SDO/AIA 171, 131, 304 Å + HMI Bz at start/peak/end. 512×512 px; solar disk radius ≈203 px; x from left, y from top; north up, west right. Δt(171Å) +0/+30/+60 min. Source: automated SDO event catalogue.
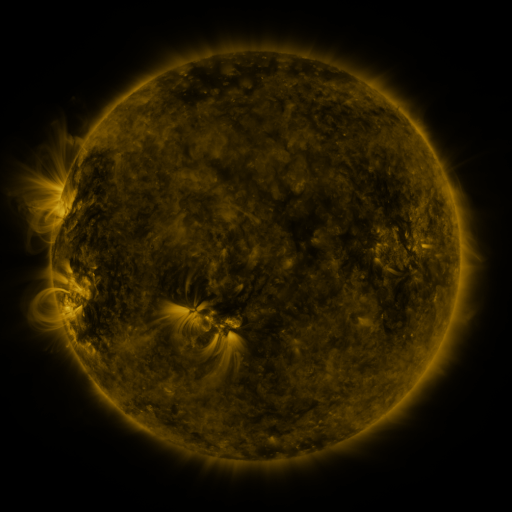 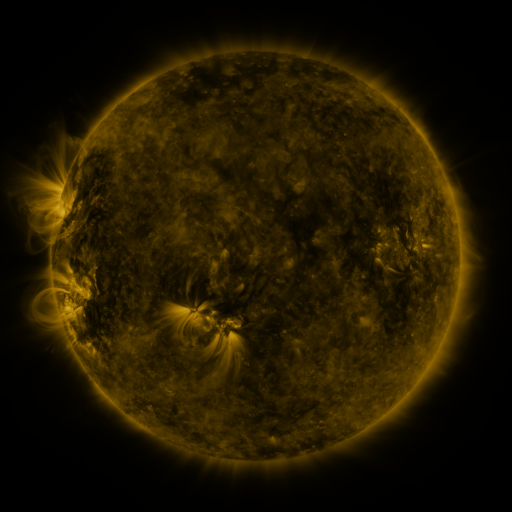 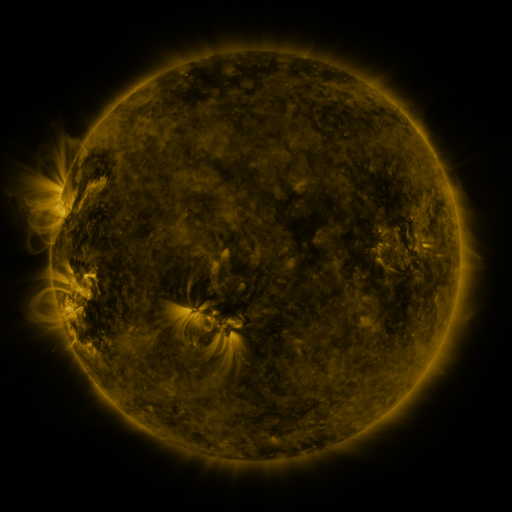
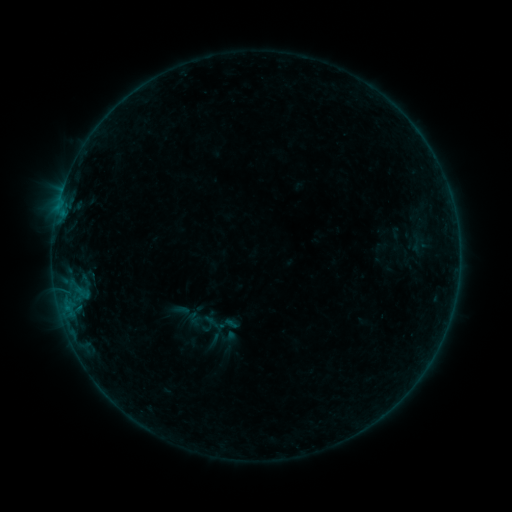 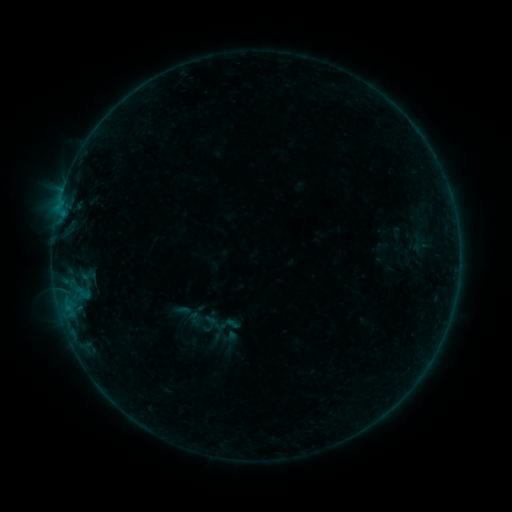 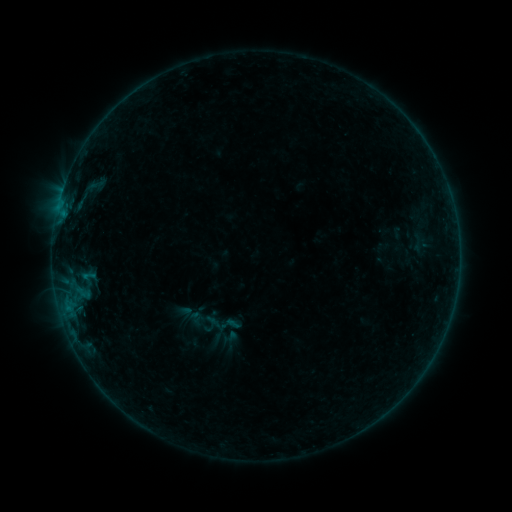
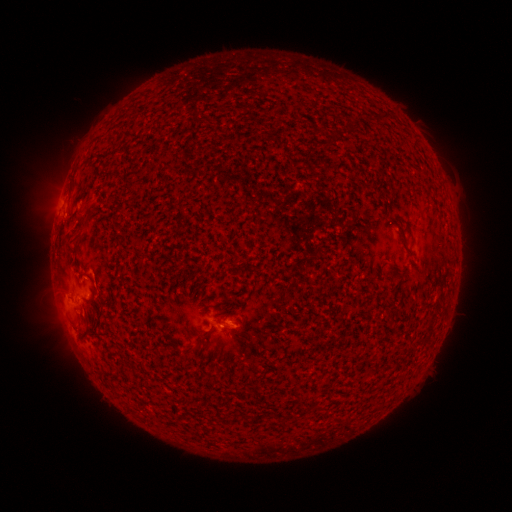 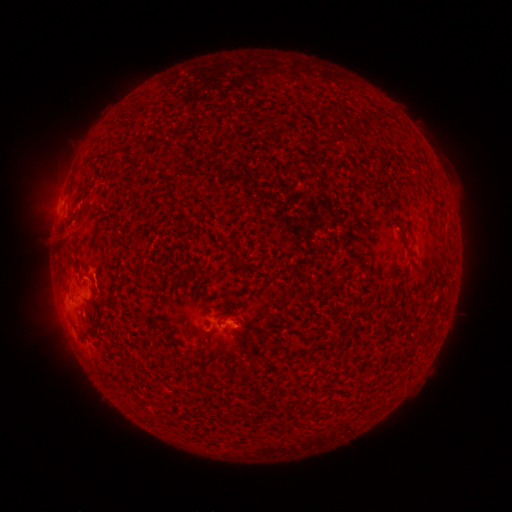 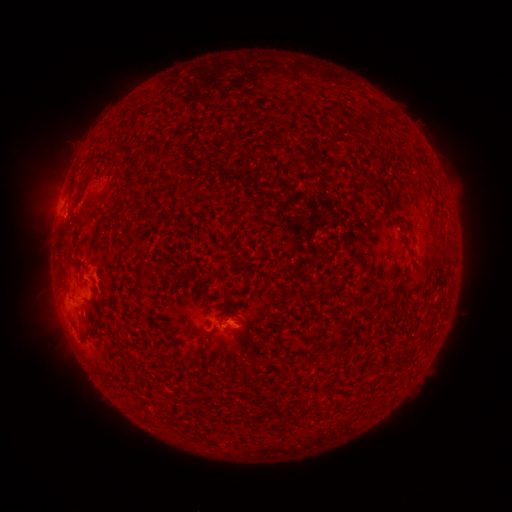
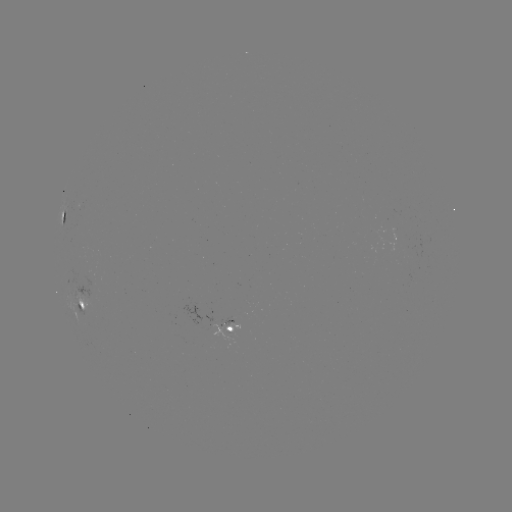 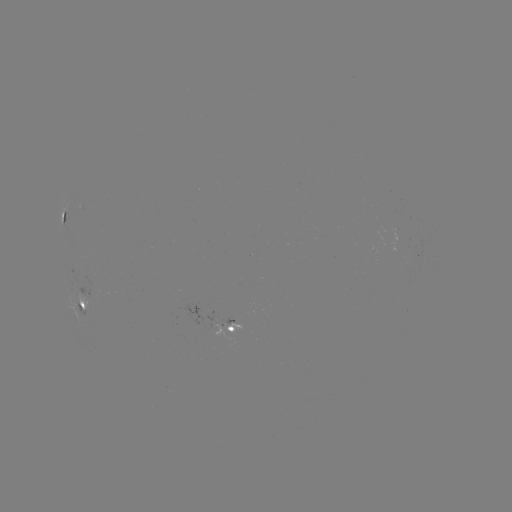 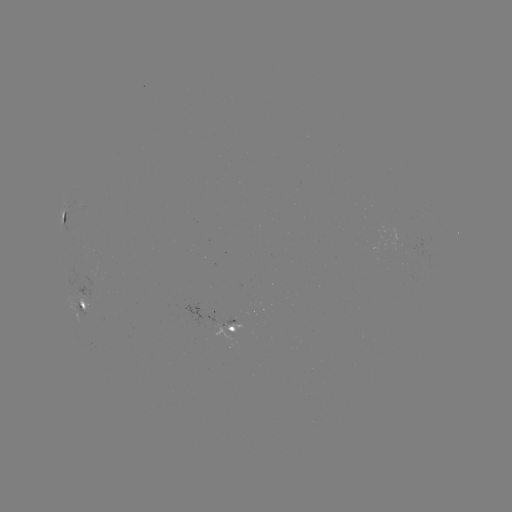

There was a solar eruption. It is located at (75, 228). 